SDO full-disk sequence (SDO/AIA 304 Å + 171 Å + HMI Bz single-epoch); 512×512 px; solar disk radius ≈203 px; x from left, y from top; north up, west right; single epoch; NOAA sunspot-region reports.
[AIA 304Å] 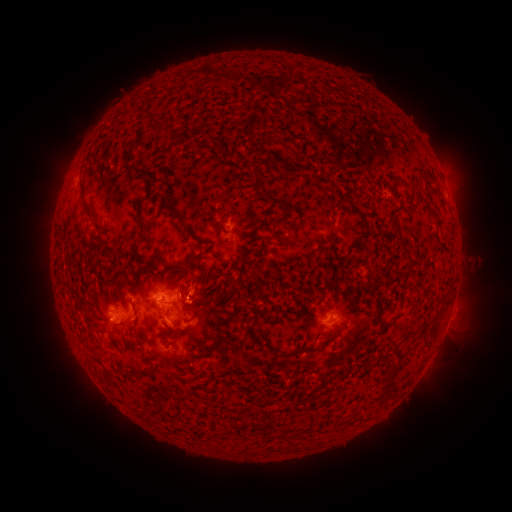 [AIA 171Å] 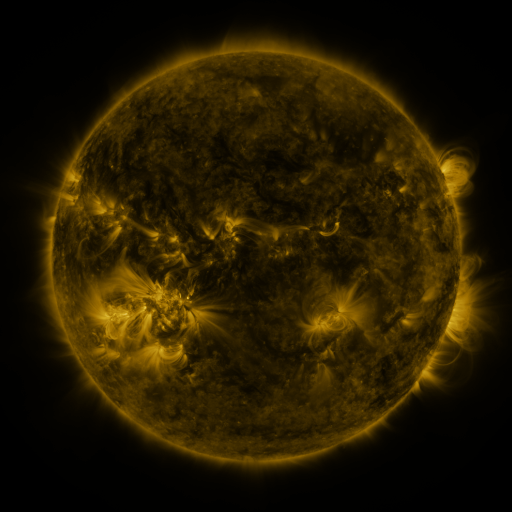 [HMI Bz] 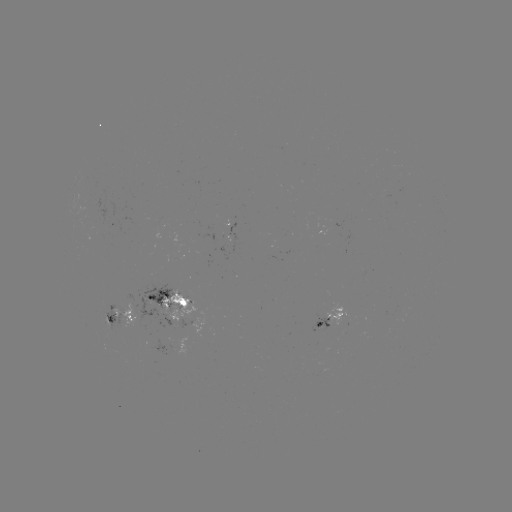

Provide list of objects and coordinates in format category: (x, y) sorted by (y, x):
spotted active region: (174, 305)
spotted active region: (121, 317)
spotted active region: (195, 319)
spotted active region: (332, 322)
